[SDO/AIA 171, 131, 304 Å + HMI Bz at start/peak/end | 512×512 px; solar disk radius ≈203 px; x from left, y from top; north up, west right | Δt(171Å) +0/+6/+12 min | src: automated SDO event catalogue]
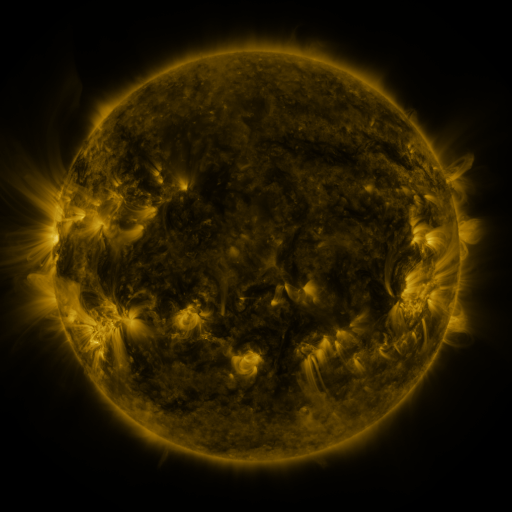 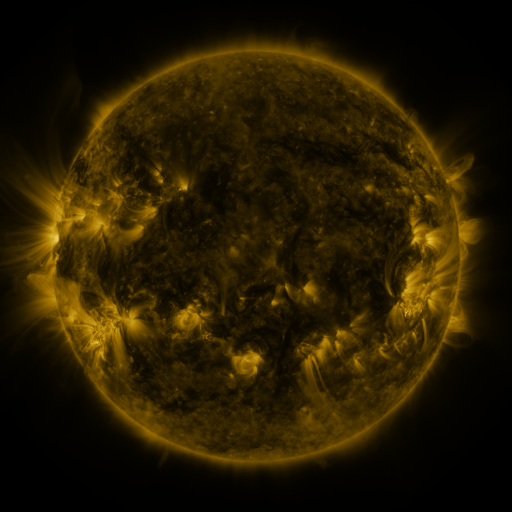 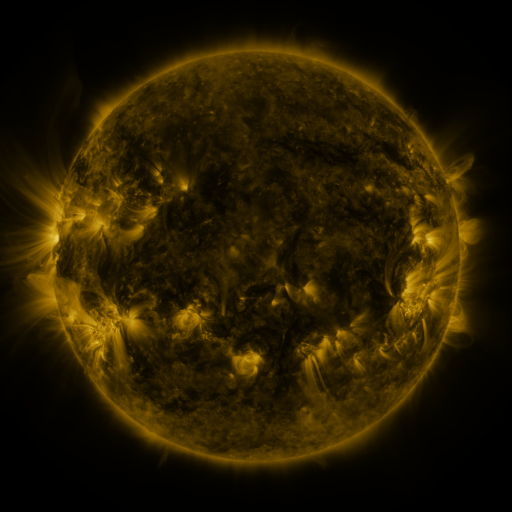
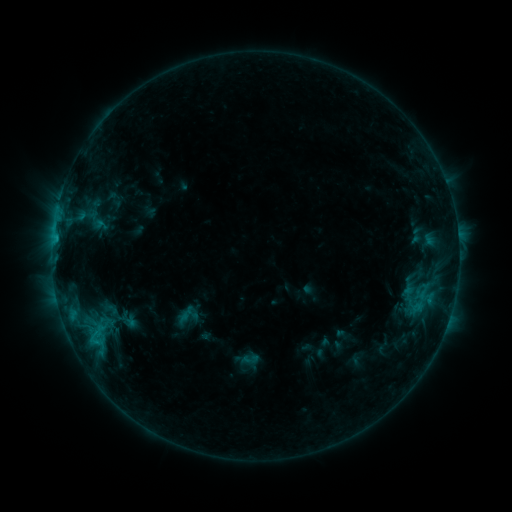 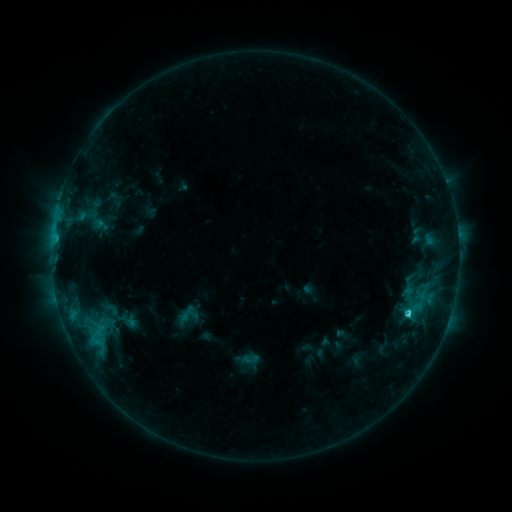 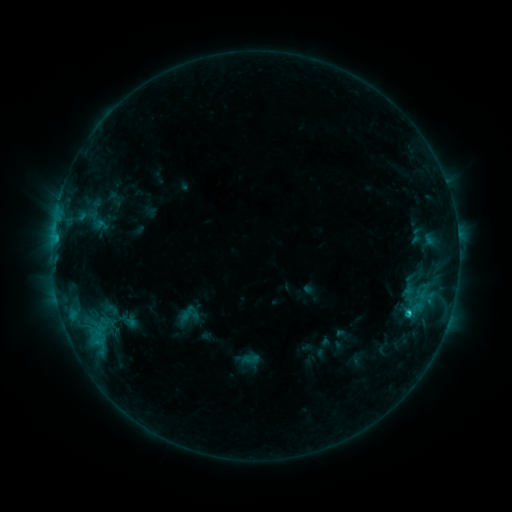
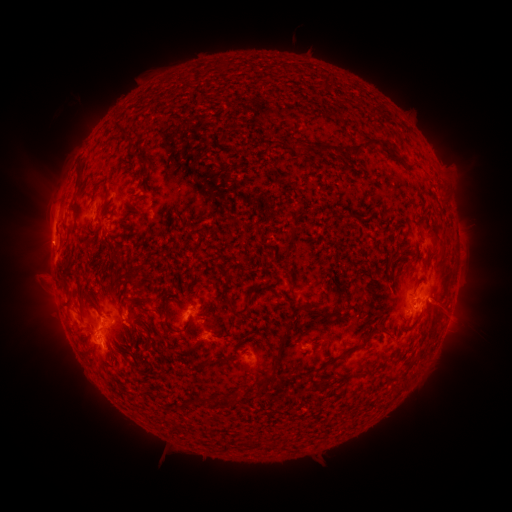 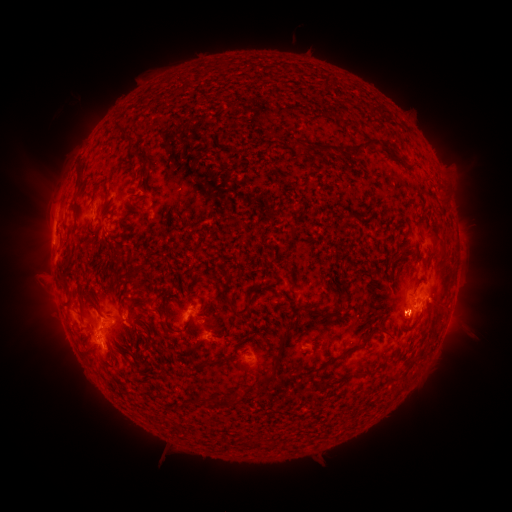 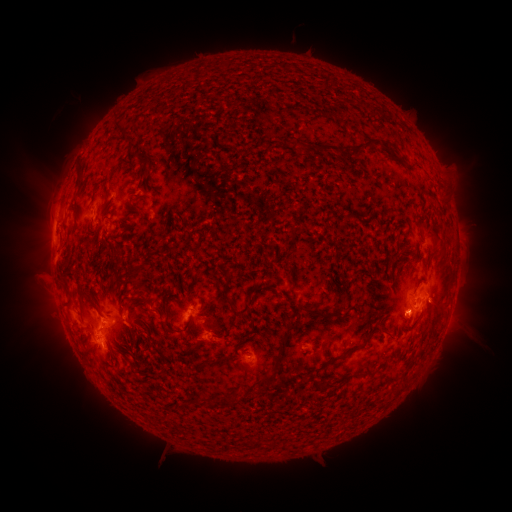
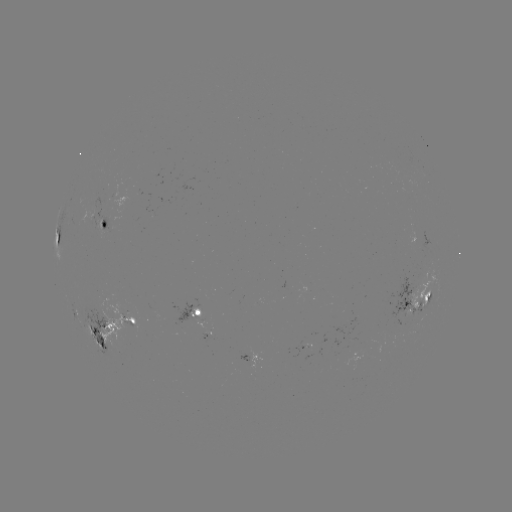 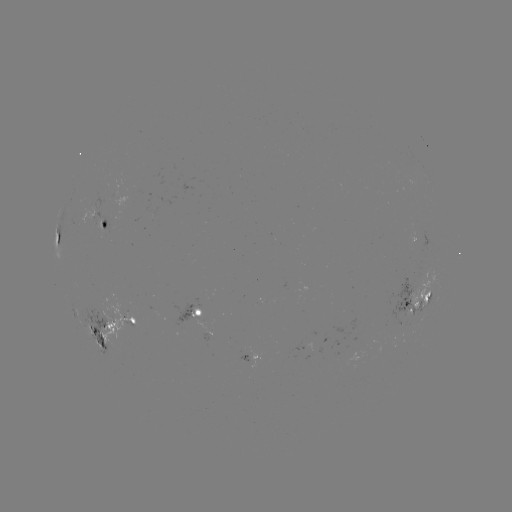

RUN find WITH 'C2.1 flare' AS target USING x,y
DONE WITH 407,312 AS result